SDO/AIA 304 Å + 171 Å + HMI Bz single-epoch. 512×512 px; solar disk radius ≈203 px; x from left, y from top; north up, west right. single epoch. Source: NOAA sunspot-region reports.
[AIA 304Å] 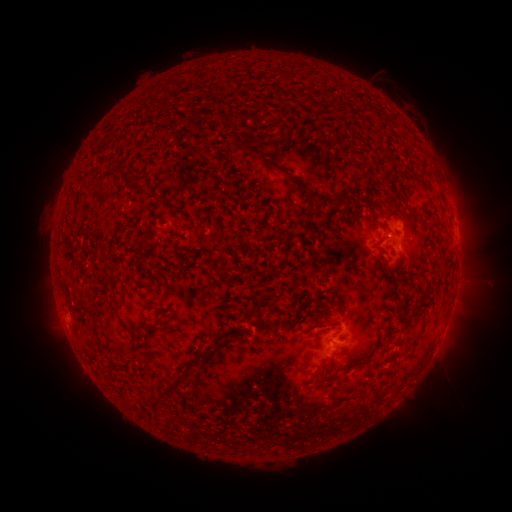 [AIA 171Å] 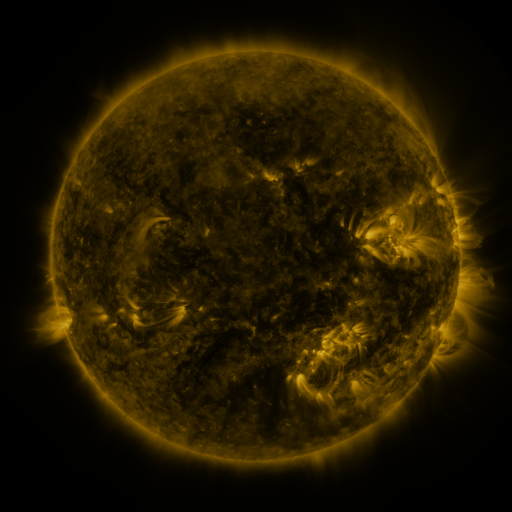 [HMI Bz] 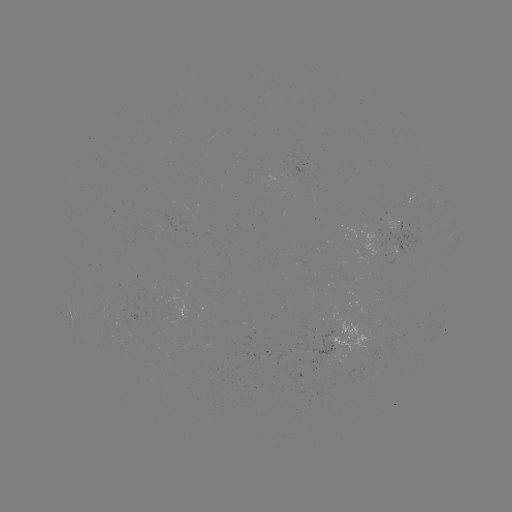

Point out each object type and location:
spotted active region: (401, 238)
spotted active region: (346, 335)
